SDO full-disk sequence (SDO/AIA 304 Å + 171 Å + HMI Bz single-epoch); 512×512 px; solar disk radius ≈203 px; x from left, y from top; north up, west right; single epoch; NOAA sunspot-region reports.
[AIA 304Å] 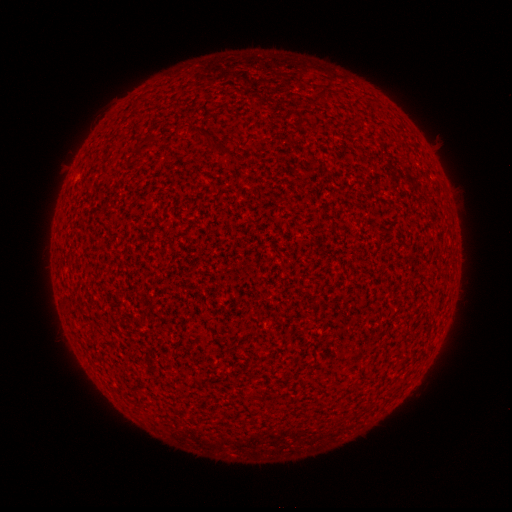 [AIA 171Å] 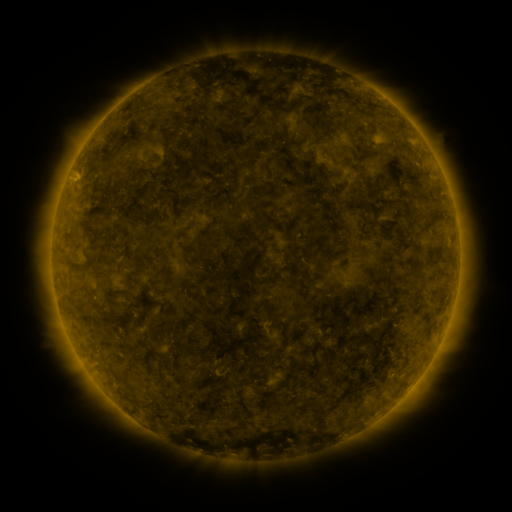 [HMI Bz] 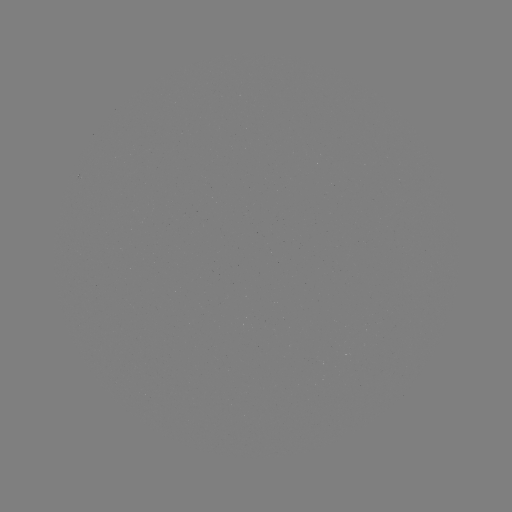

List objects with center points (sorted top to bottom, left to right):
(none)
